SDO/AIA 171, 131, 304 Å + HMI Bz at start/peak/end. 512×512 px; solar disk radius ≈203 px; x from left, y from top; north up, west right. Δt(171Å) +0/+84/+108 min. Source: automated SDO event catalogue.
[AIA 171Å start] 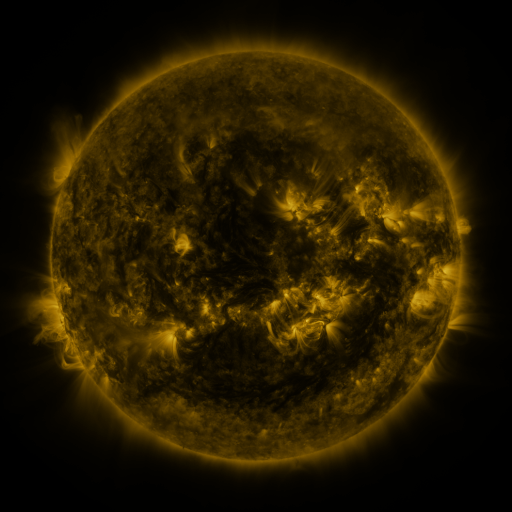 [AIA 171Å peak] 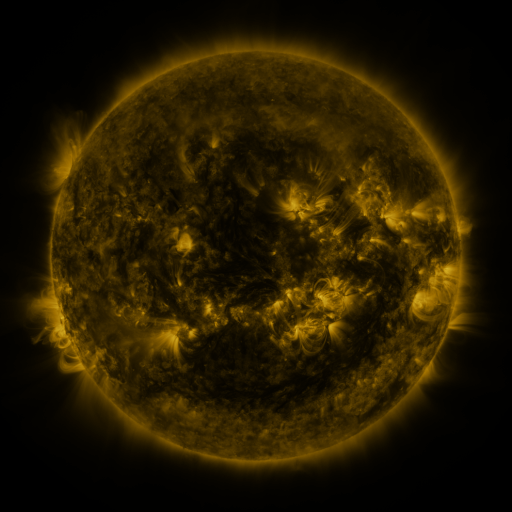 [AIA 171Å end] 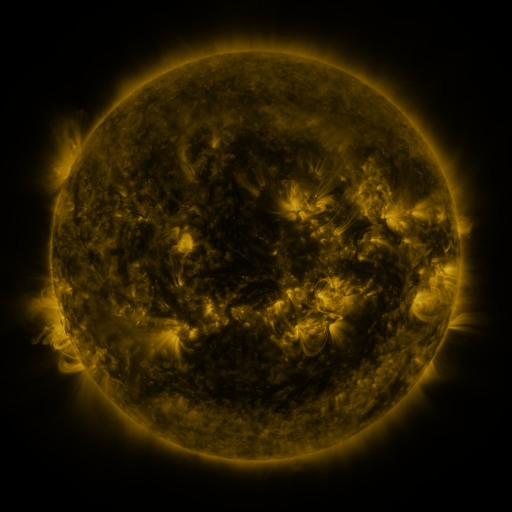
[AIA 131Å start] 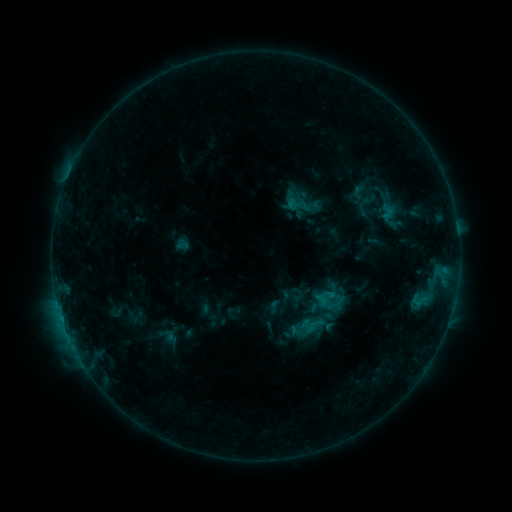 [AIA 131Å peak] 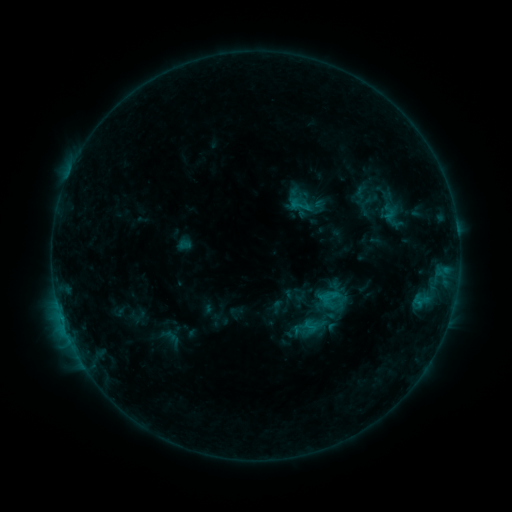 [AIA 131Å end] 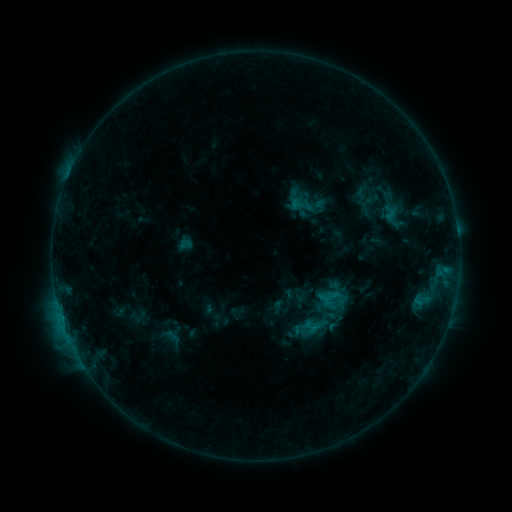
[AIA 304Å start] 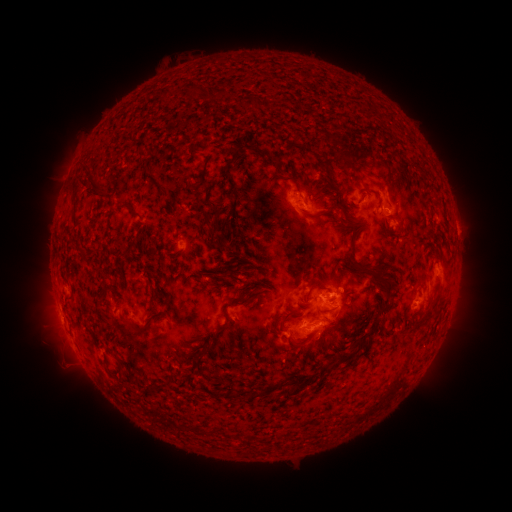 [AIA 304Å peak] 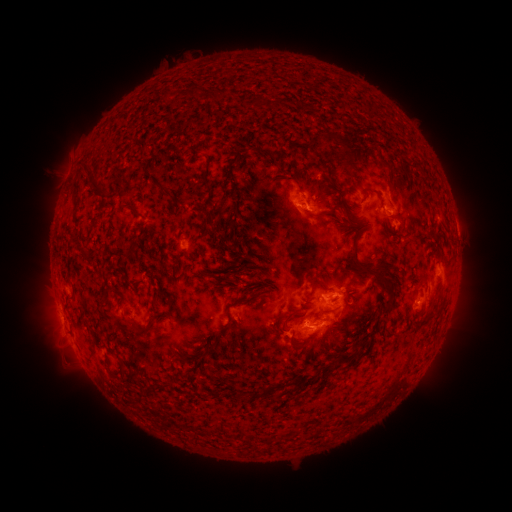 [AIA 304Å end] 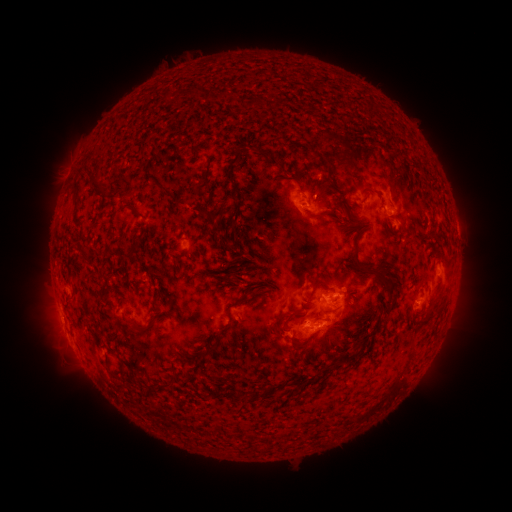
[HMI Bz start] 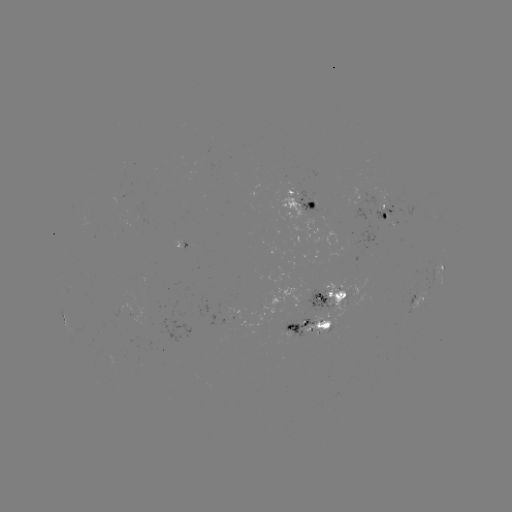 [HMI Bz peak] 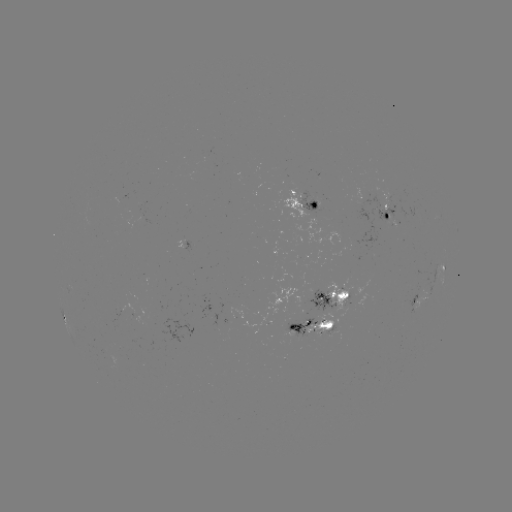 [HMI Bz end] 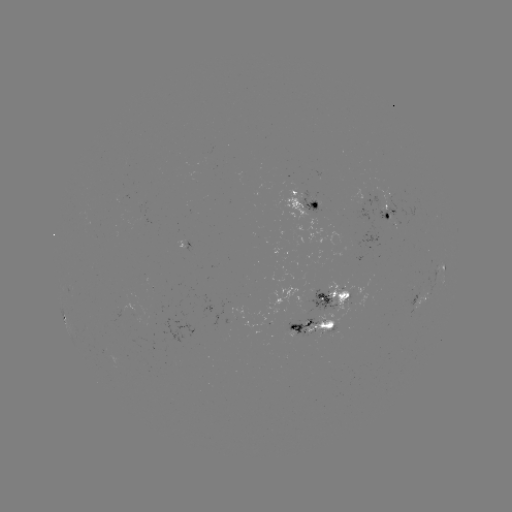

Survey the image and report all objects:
emerging-flux region: (393, 199)
